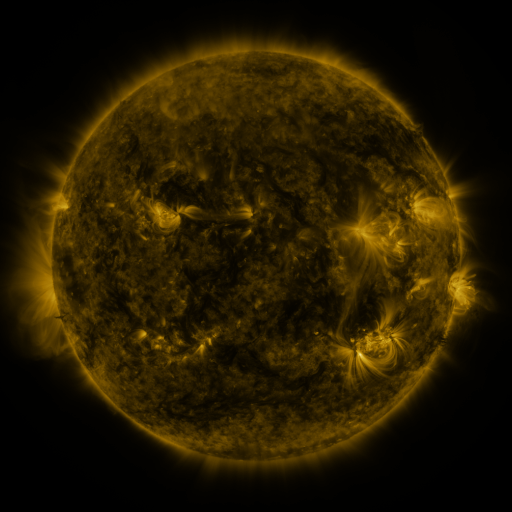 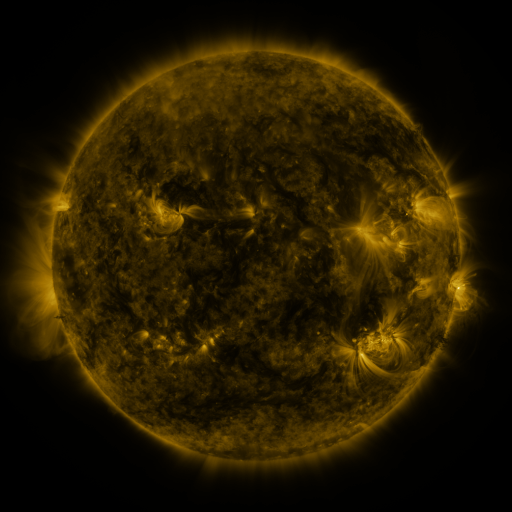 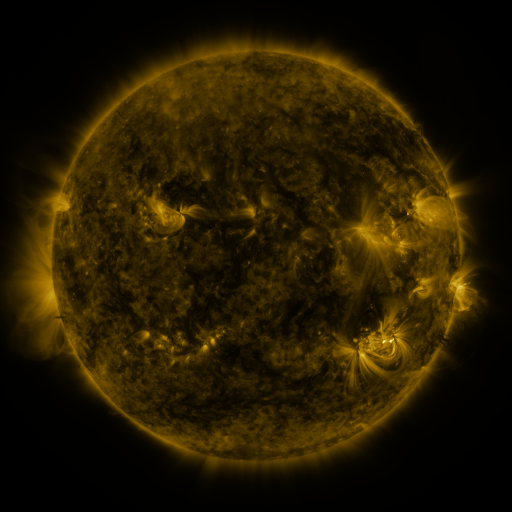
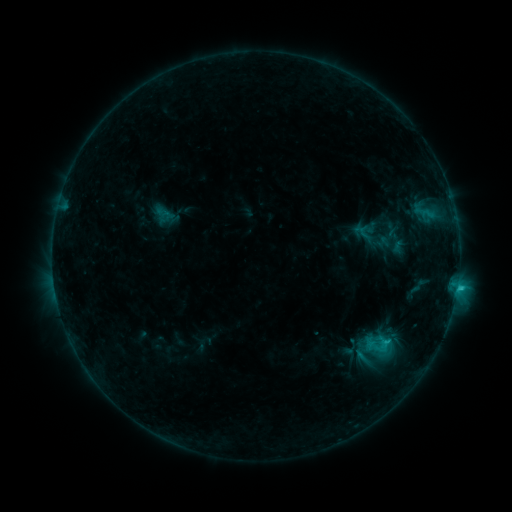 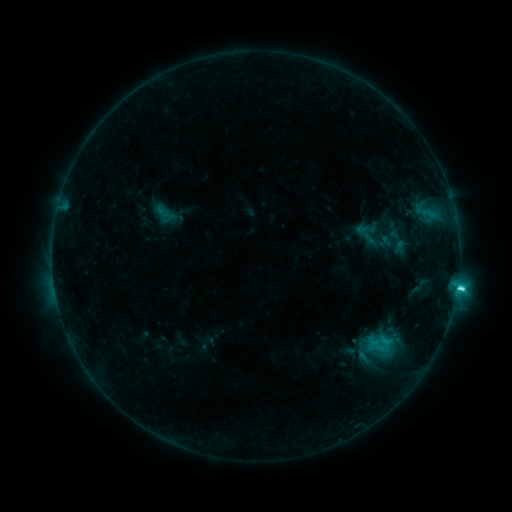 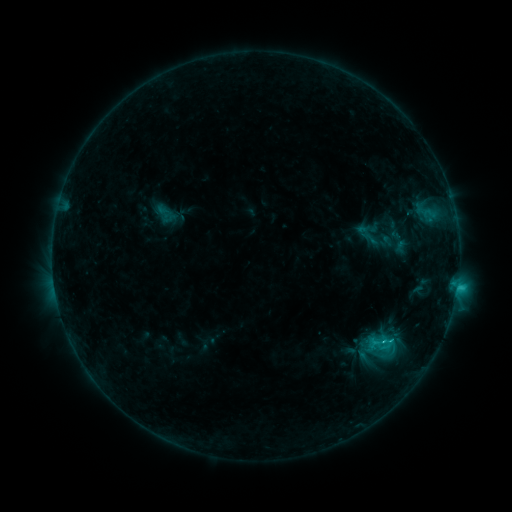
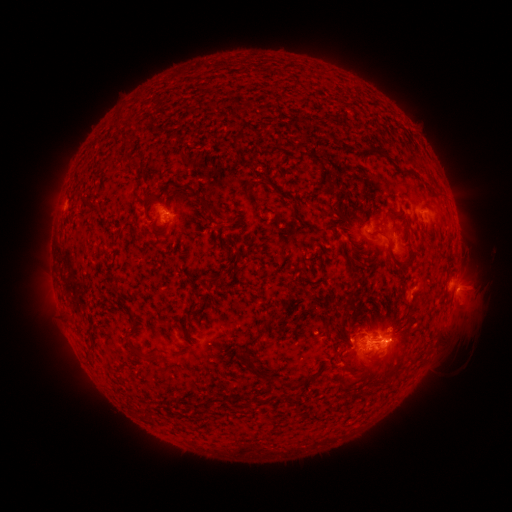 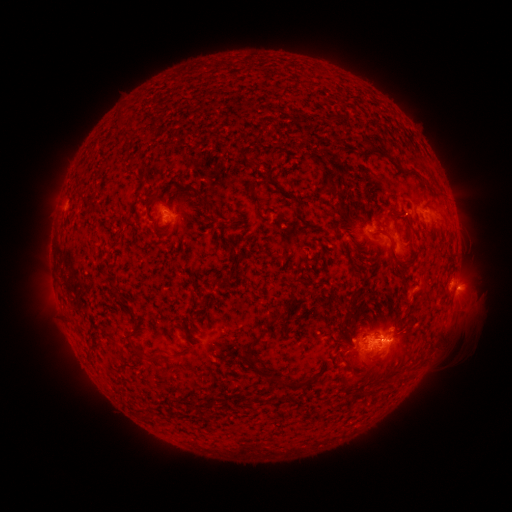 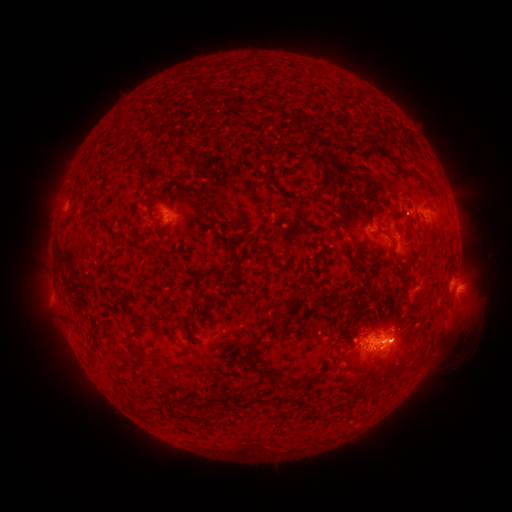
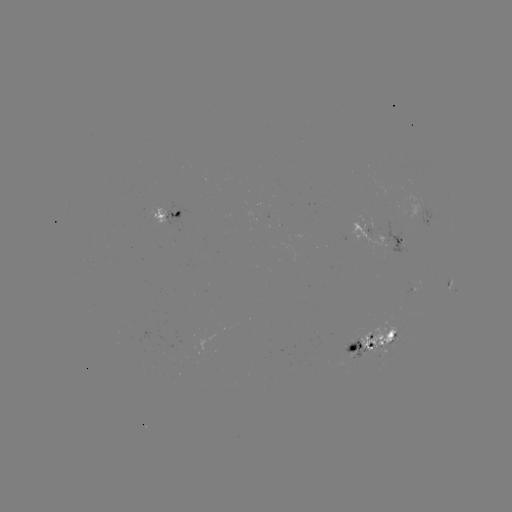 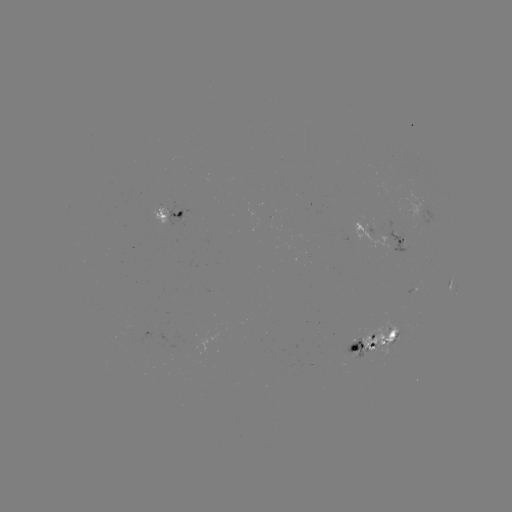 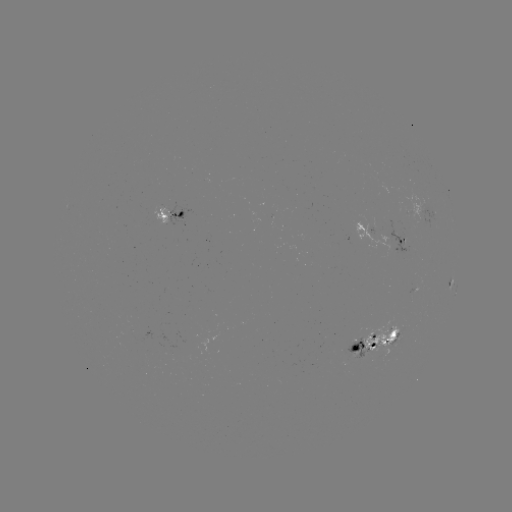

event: emerging-flux region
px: (403, 224)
